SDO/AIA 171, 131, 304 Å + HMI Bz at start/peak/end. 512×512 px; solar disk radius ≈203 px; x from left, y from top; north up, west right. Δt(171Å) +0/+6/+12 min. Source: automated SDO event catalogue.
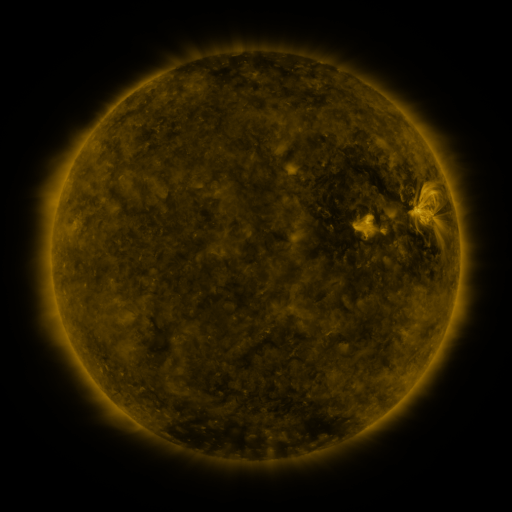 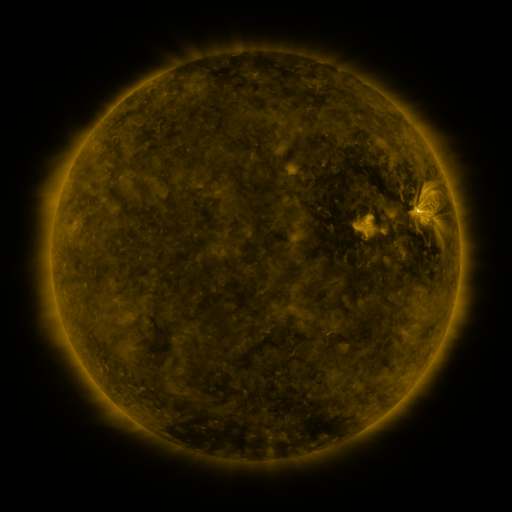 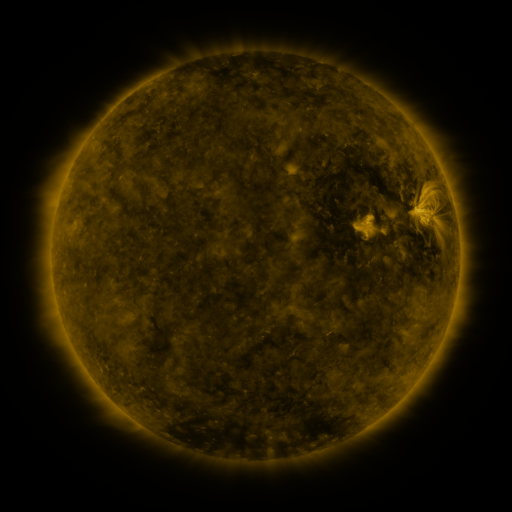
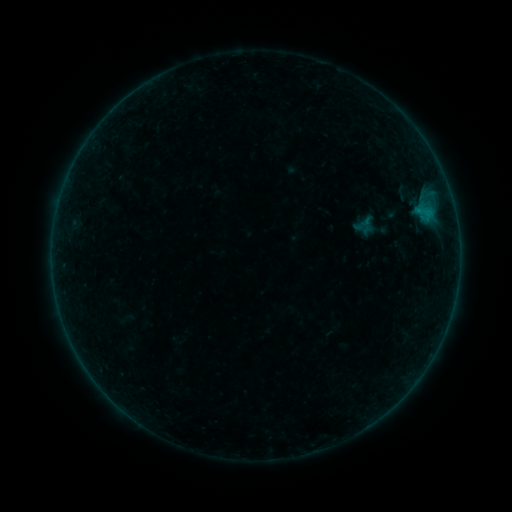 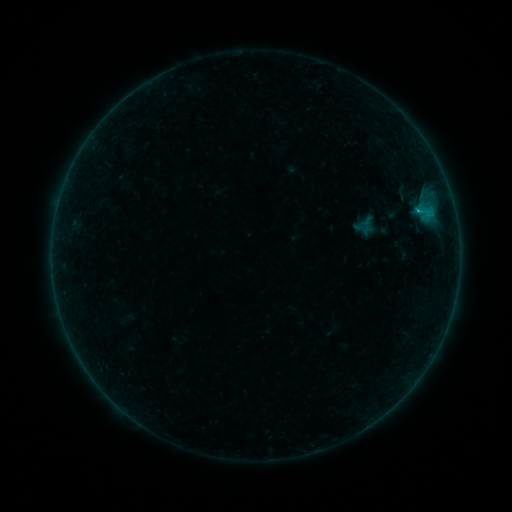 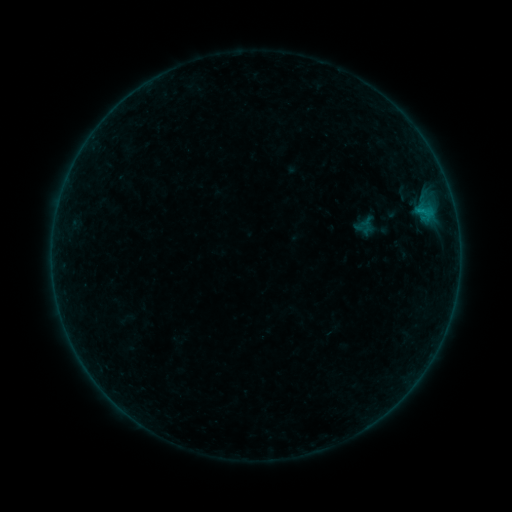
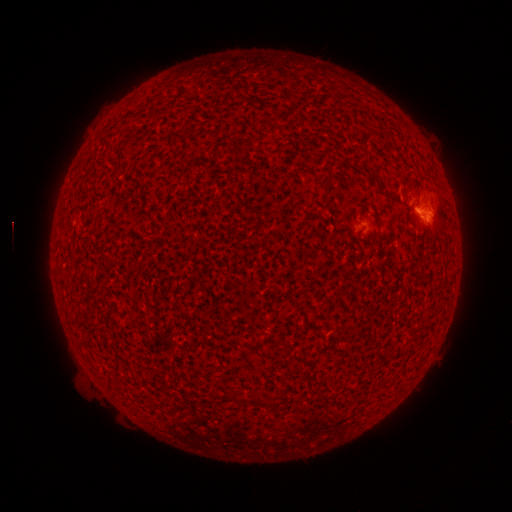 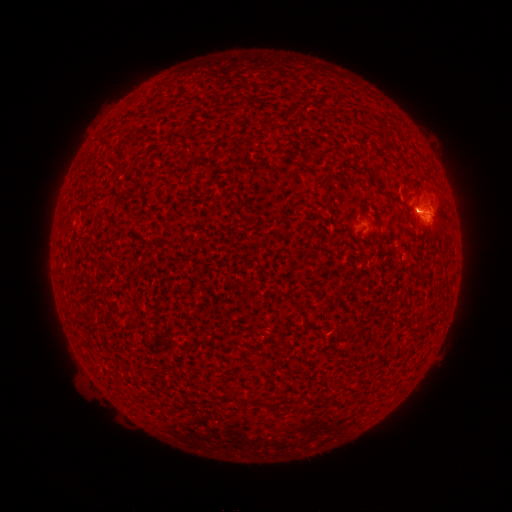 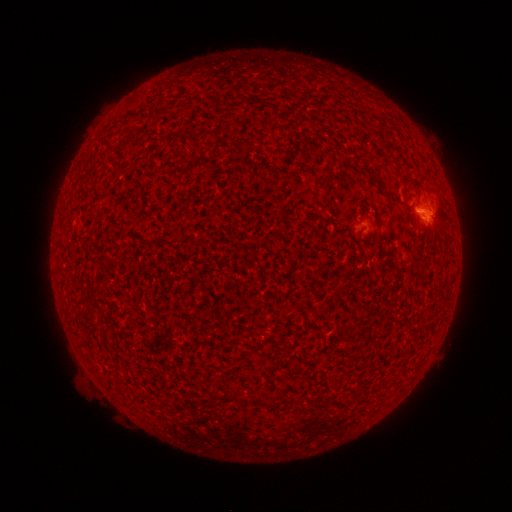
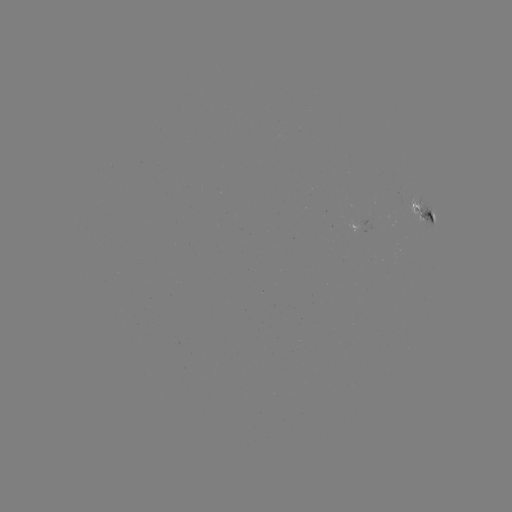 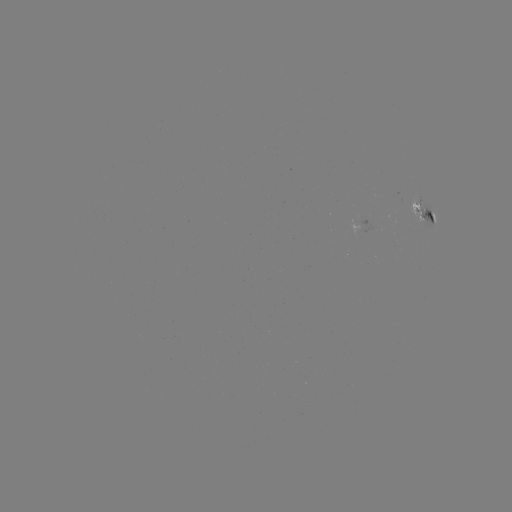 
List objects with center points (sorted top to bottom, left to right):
B3.5 flare: (417, 213)
